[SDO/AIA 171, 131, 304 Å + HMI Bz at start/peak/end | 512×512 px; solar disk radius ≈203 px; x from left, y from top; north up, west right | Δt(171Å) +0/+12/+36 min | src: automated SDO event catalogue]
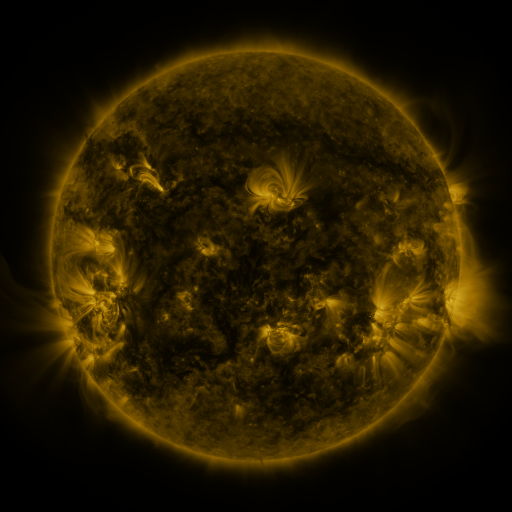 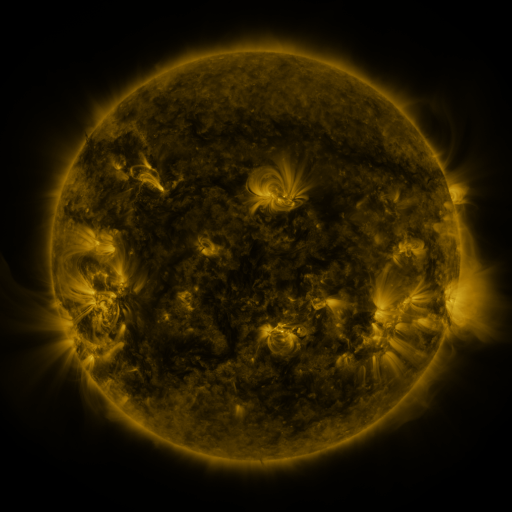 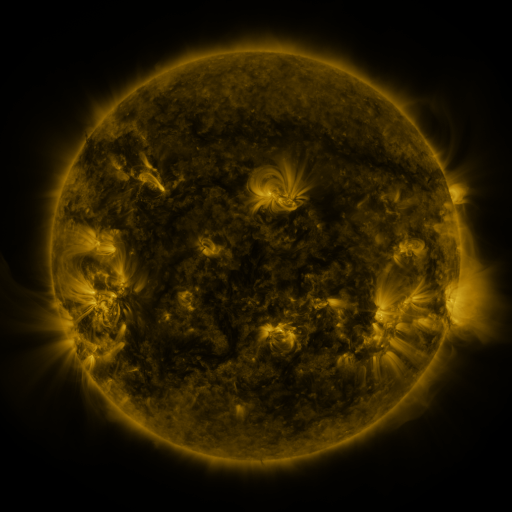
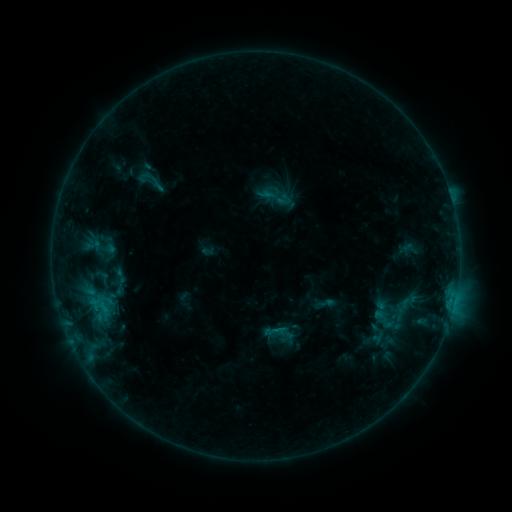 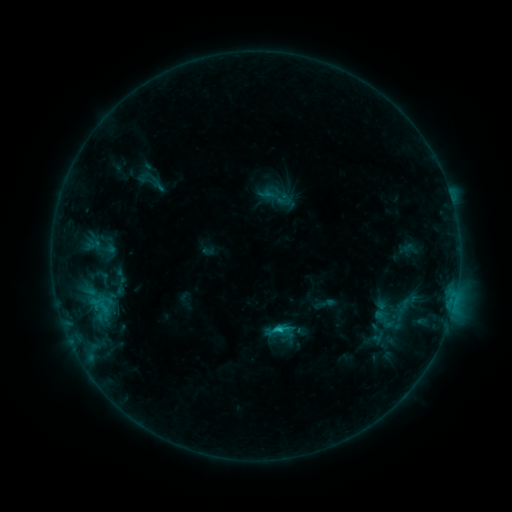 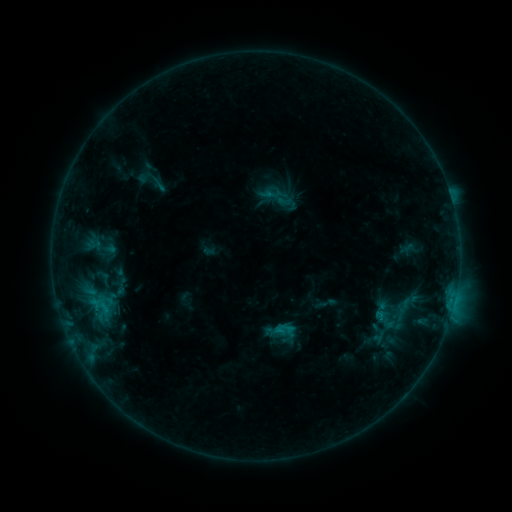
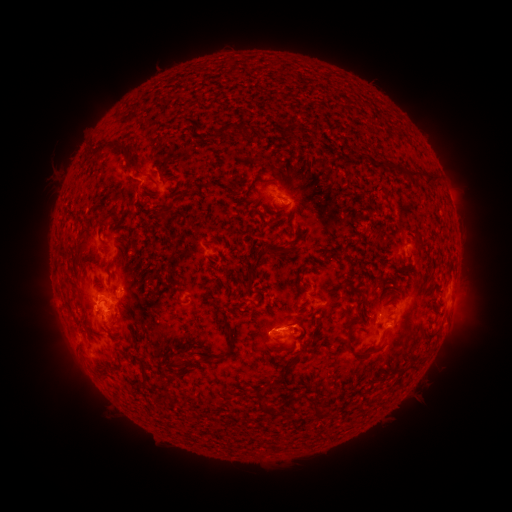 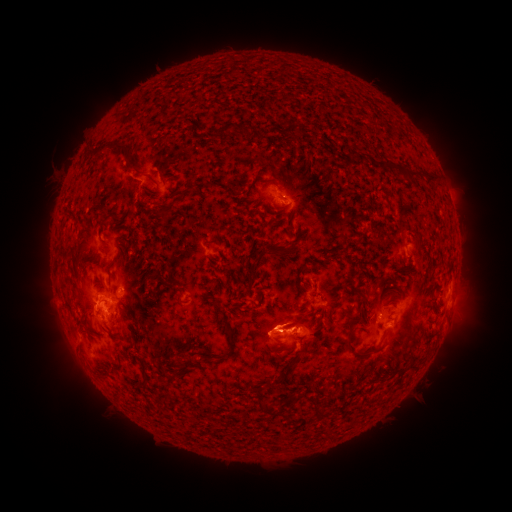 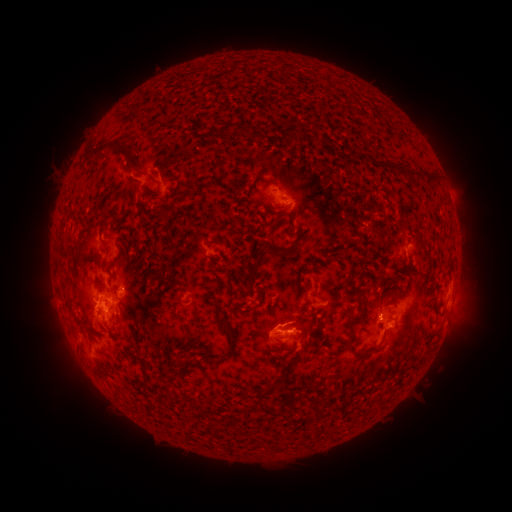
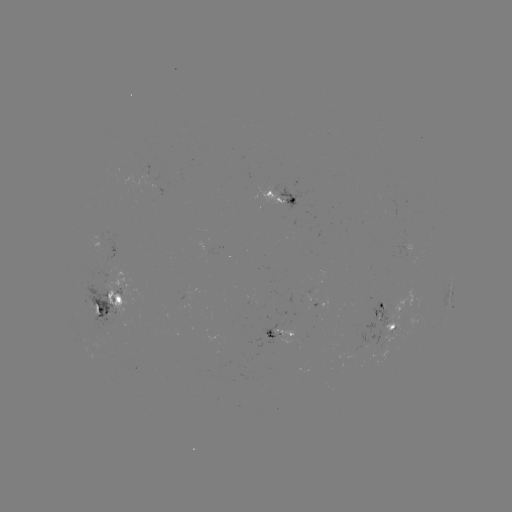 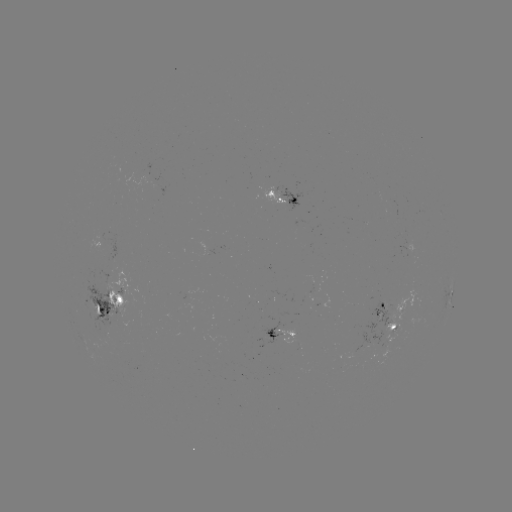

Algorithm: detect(C1.6 flare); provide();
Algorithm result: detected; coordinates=[279, 328]